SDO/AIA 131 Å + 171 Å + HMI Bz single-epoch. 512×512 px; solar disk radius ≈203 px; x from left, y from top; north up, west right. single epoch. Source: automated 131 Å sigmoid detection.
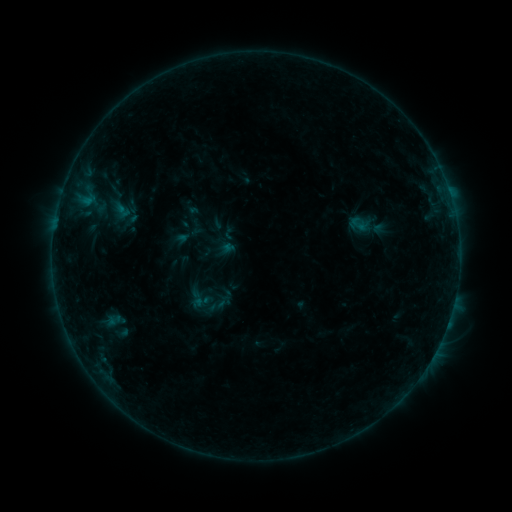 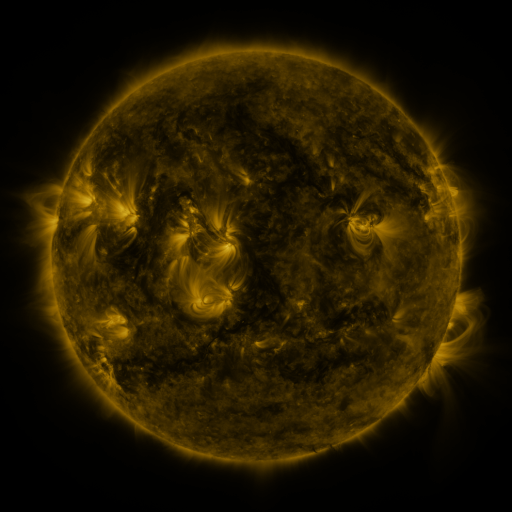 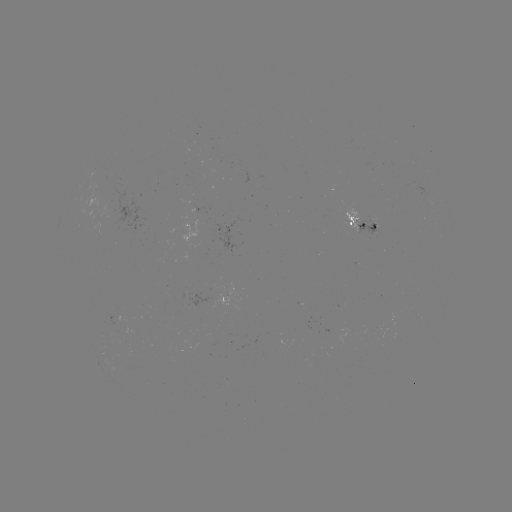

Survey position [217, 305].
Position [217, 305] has sigmoid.